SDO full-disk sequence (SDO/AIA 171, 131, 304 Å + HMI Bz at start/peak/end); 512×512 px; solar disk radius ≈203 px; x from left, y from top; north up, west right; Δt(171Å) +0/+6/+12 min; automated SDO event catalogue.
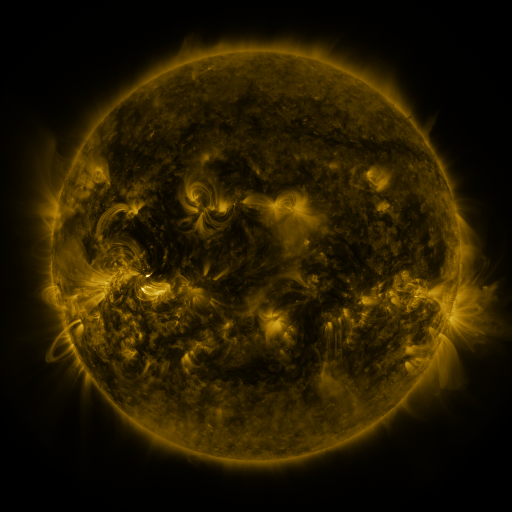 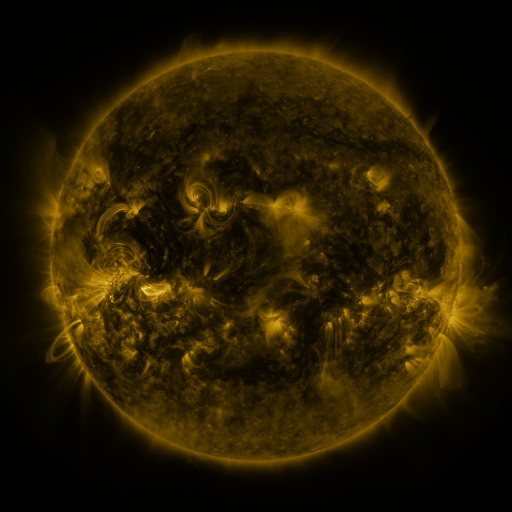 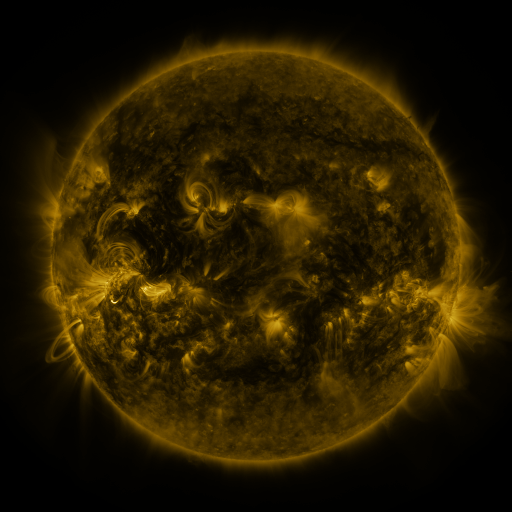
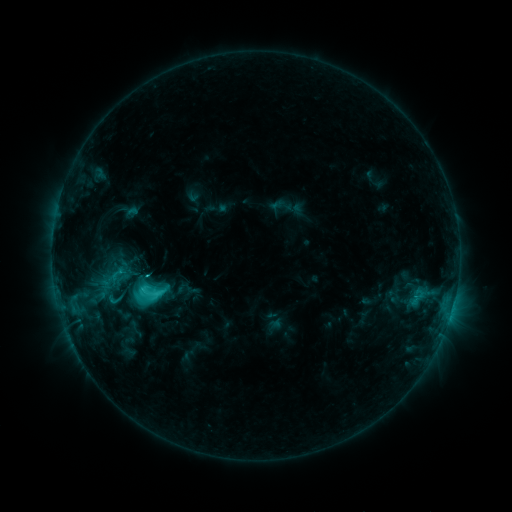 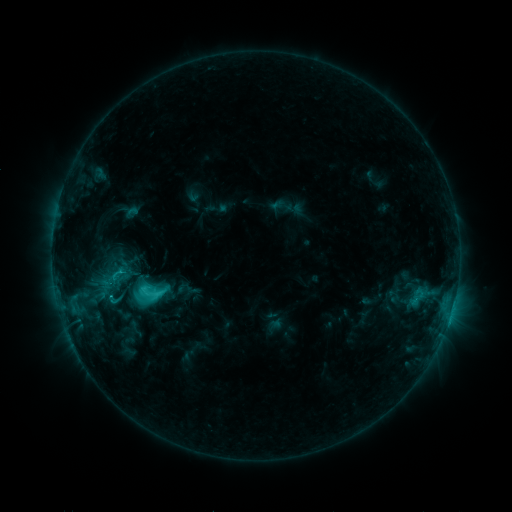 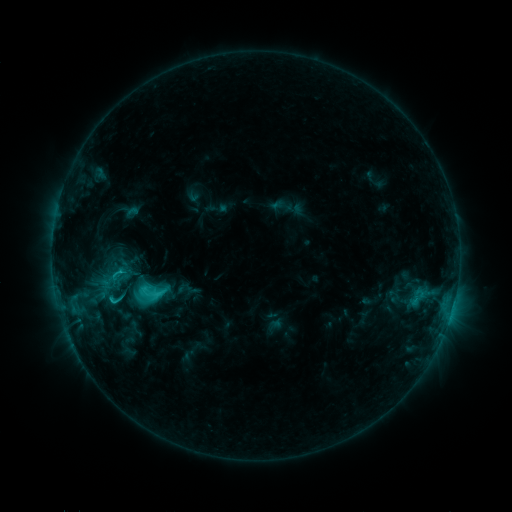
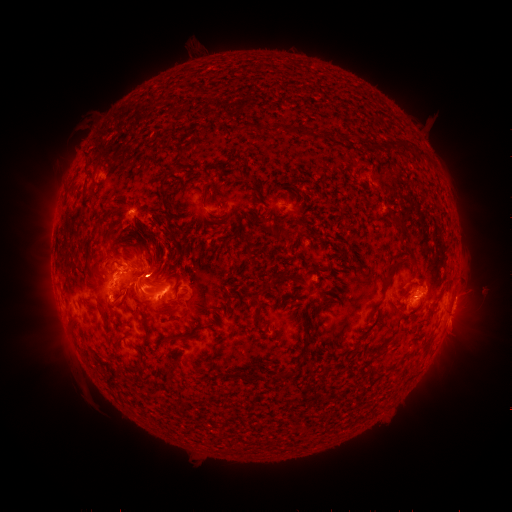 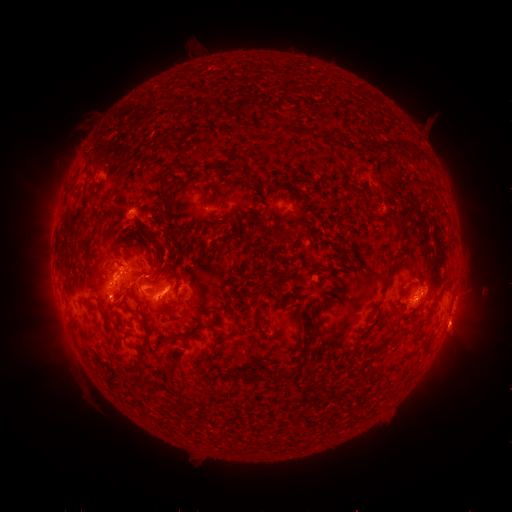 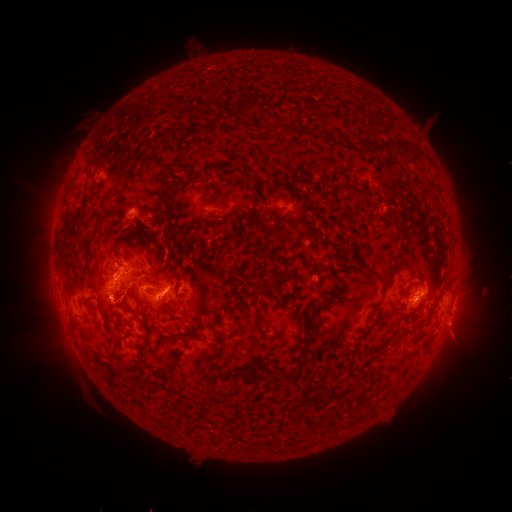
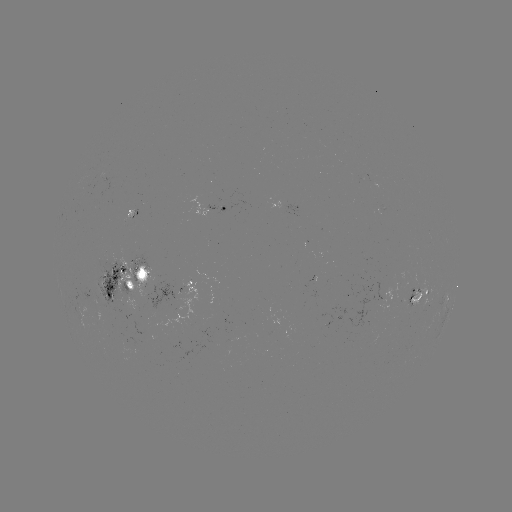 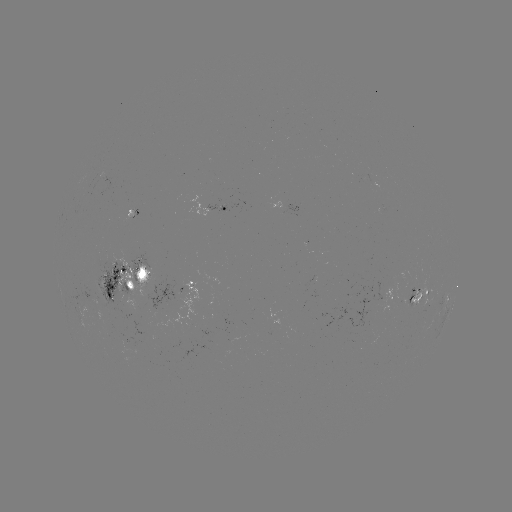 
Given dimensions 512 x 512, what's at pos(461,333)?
eruption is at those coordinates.